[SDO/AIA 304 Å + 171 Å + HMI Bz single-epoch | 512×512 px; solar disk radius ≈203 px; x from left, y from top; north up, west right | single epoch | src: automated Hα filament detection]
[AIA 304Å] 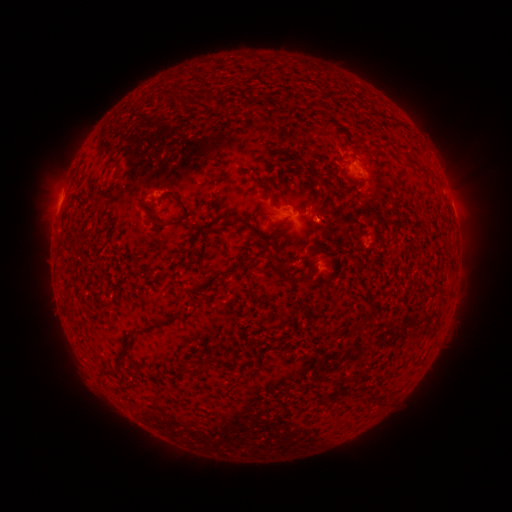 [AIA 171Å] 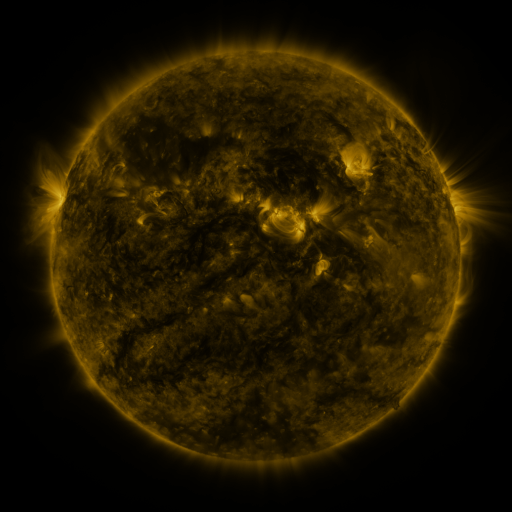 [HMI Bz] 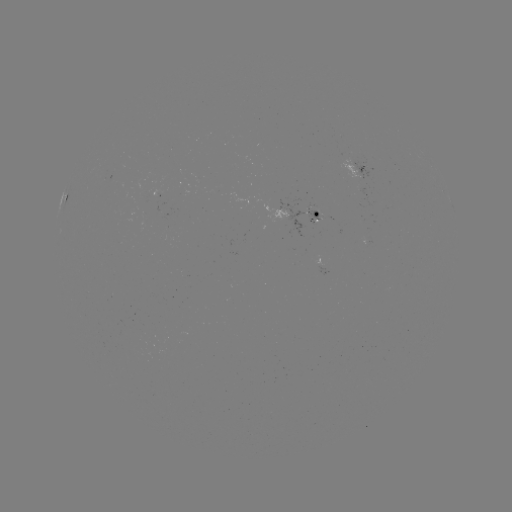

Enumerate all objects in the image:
filament: (388, 143)
filament: (423, 170)
filament: (355, 184)
filament: (264, 187)
filament: (187, 214)
filament: (240, 219)
filament: (161, 275)
filament: (290, 279)
filament: (68, 286)
filament: (152, 327)
filament: (207, 367)
filament: (337, 383)
